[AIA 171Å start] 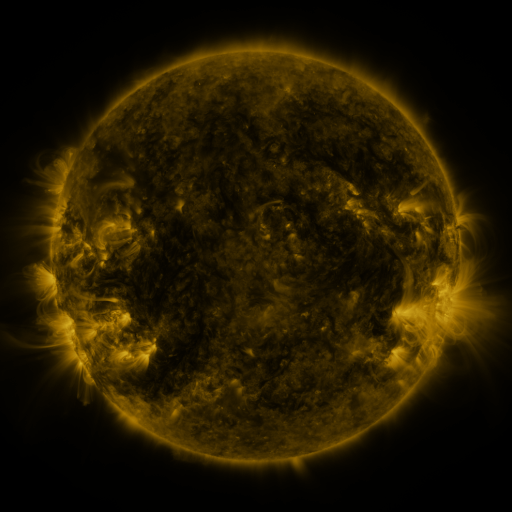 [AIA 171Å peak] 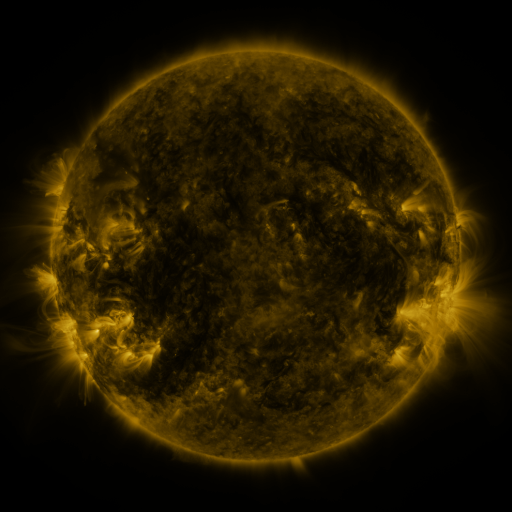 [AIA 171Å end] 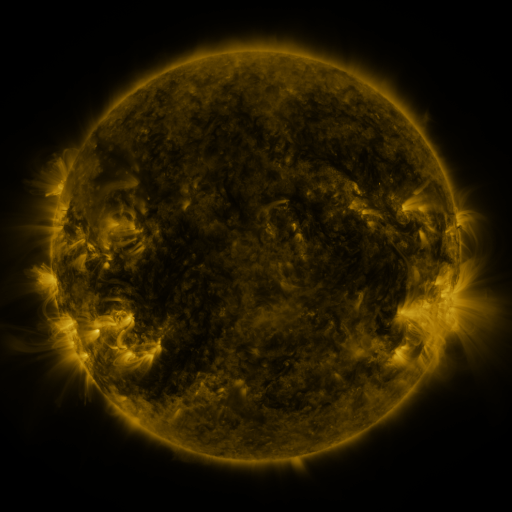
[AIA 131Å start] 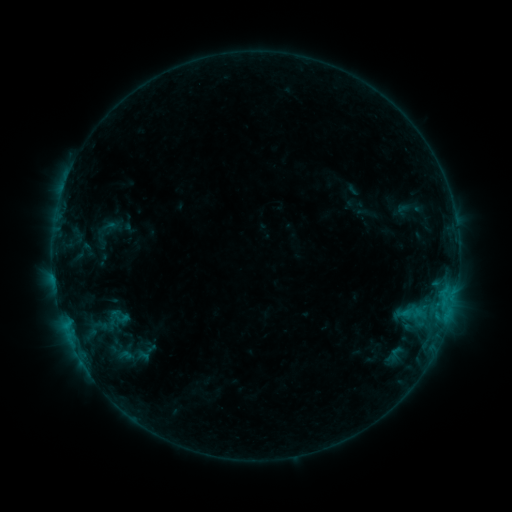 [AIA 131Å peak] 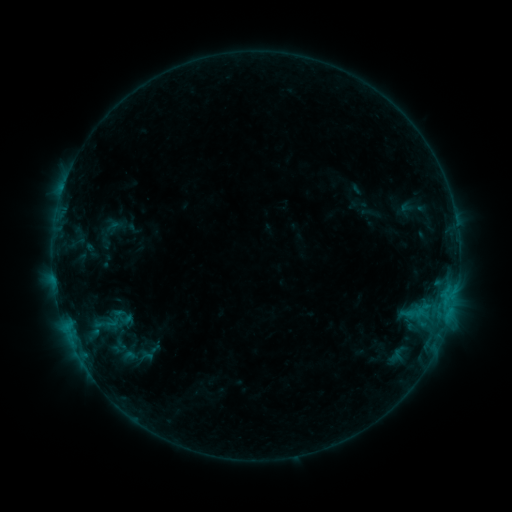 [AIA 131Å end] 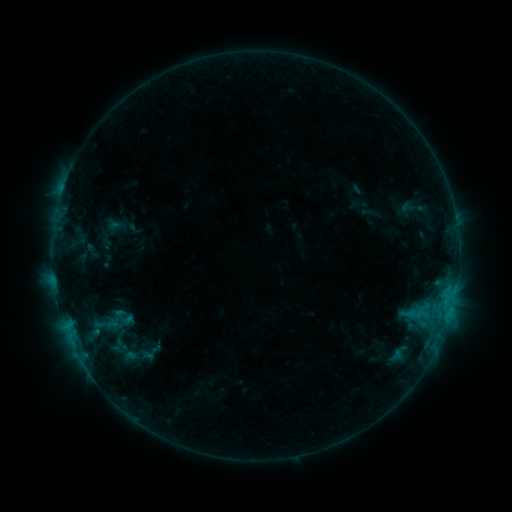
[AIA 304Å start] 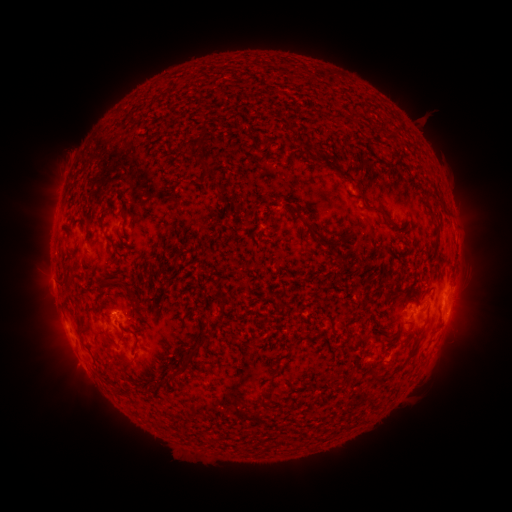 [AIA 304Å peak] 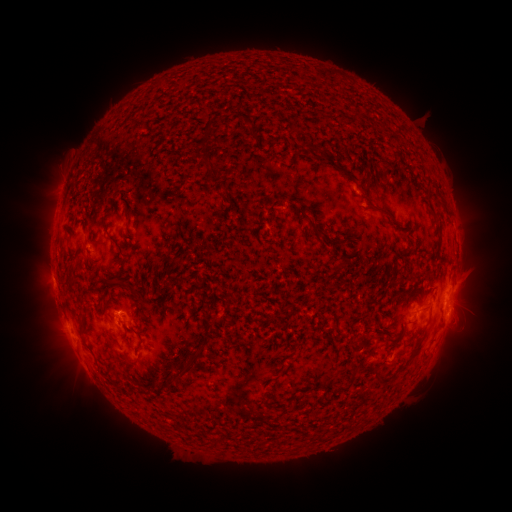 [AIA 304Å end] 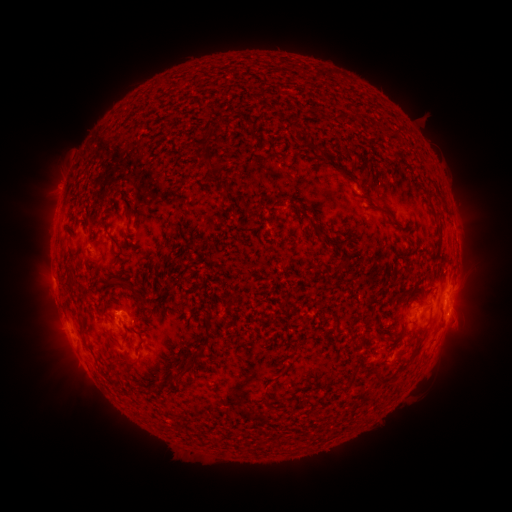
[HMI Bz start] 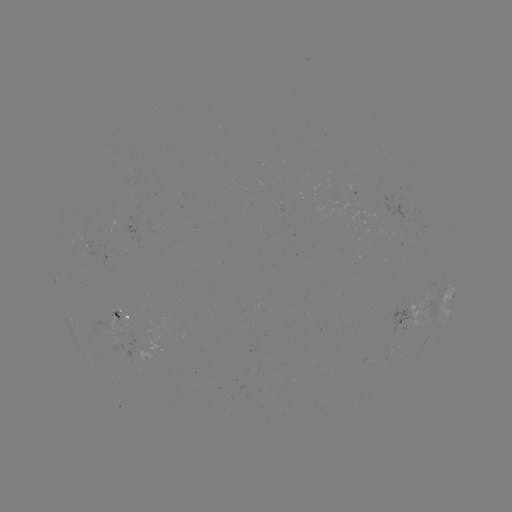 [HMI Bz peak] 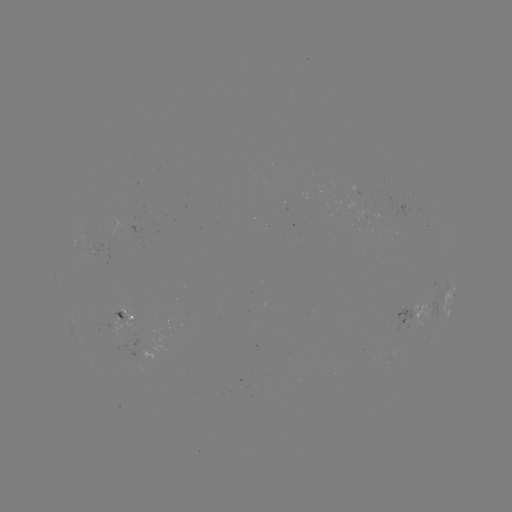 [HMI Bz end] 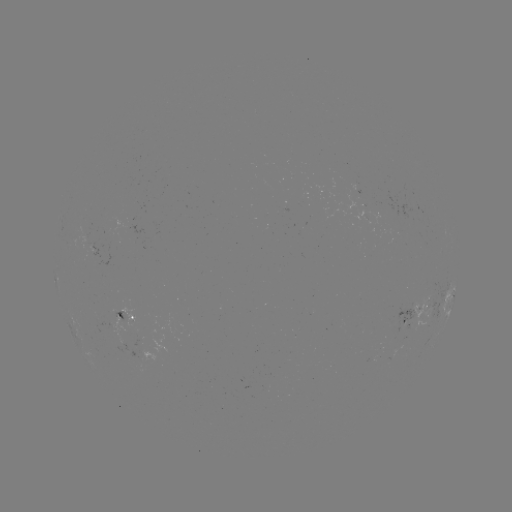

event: emerging-flux region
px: (85, 235)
